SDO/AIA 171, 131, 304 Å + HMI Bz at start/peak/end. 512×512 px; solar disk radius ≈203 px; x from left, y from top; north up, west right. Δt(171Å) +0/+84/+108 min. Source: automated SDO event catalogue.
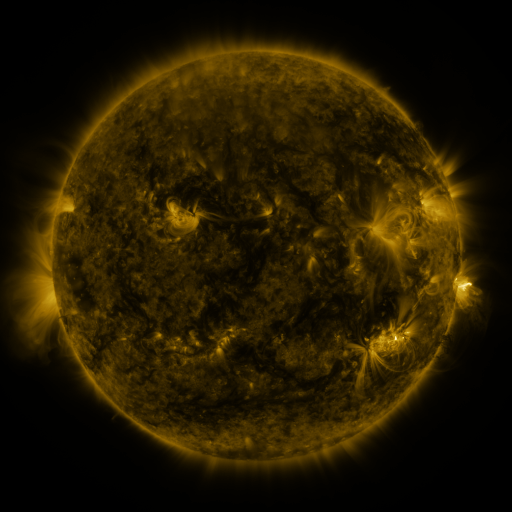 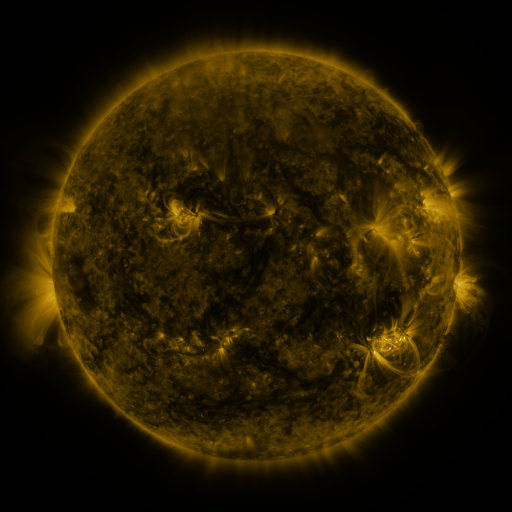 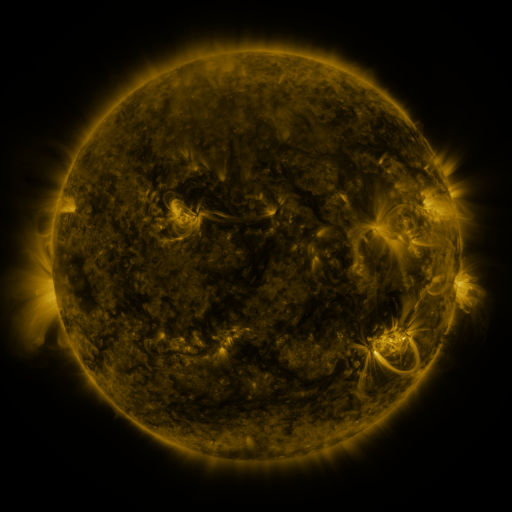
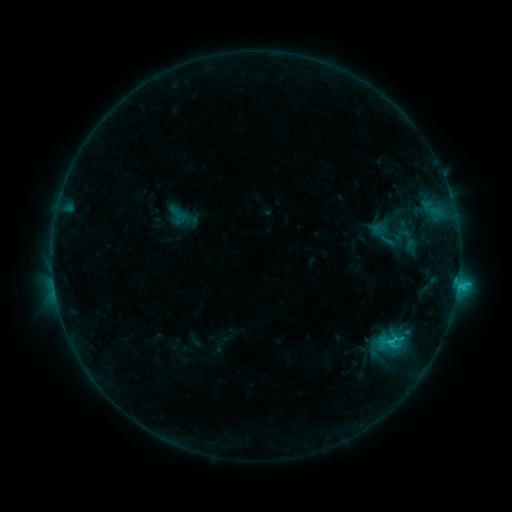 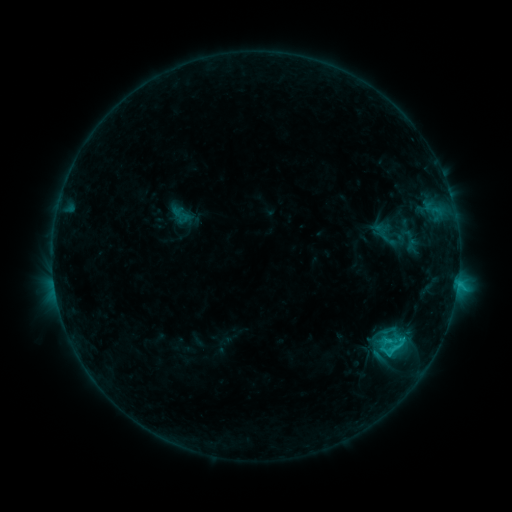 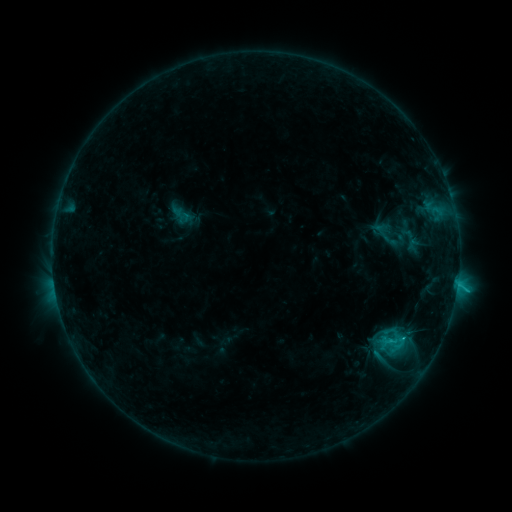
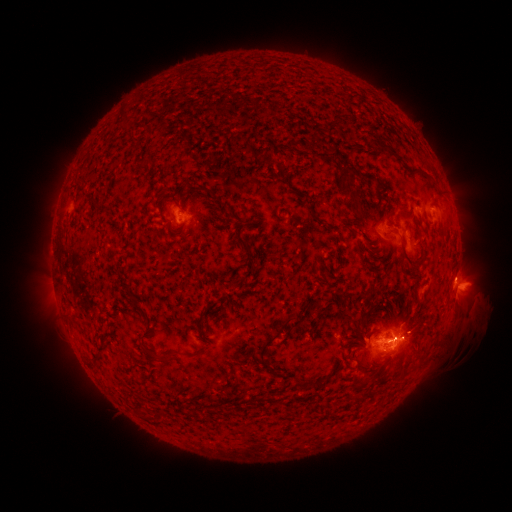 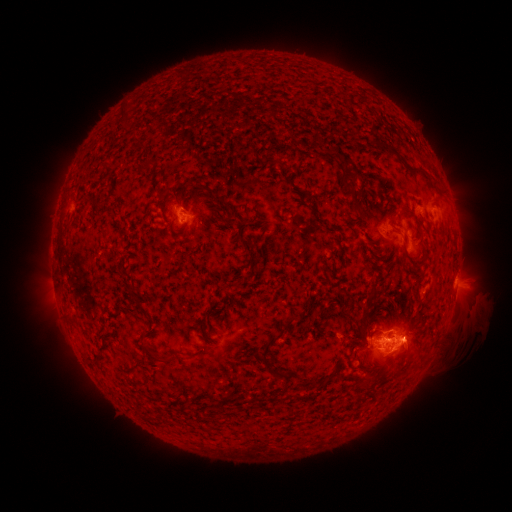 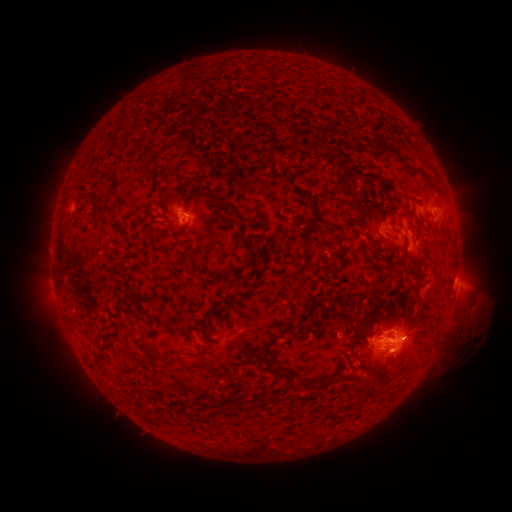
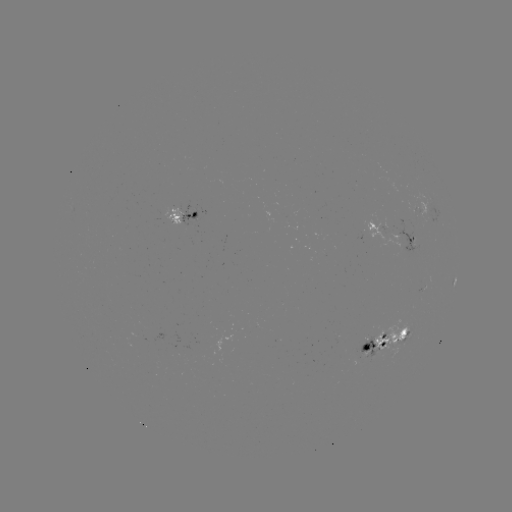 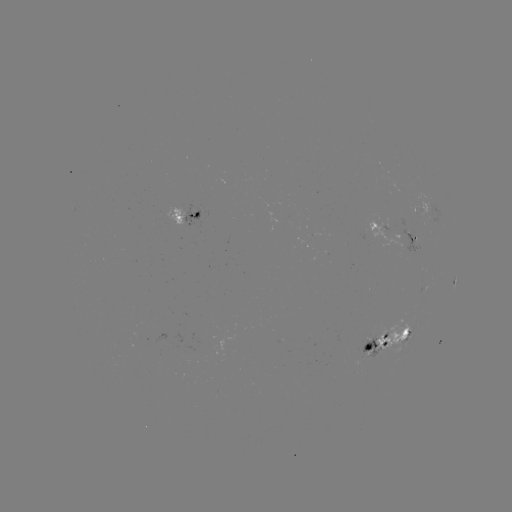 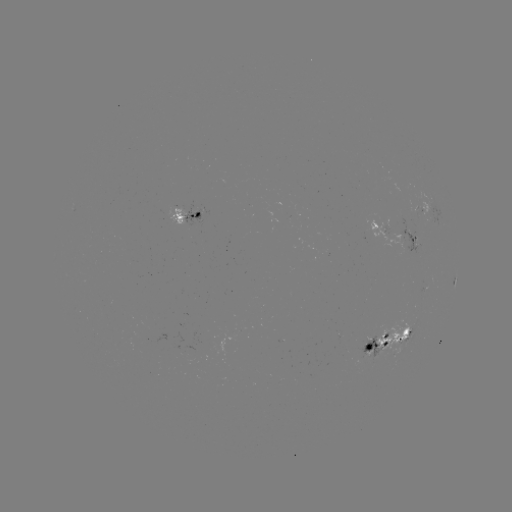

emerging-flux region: <bbox>359, 338, 378, 359</bbox>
